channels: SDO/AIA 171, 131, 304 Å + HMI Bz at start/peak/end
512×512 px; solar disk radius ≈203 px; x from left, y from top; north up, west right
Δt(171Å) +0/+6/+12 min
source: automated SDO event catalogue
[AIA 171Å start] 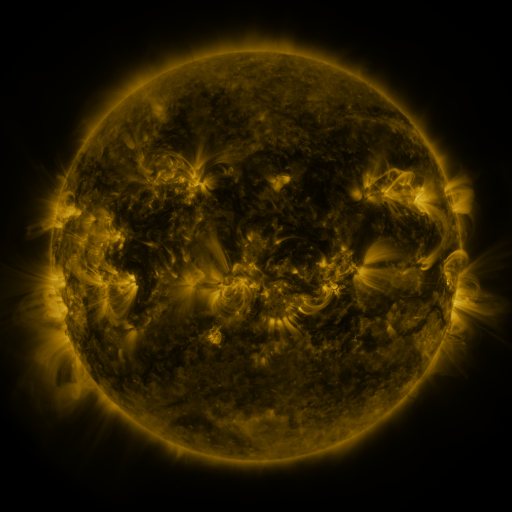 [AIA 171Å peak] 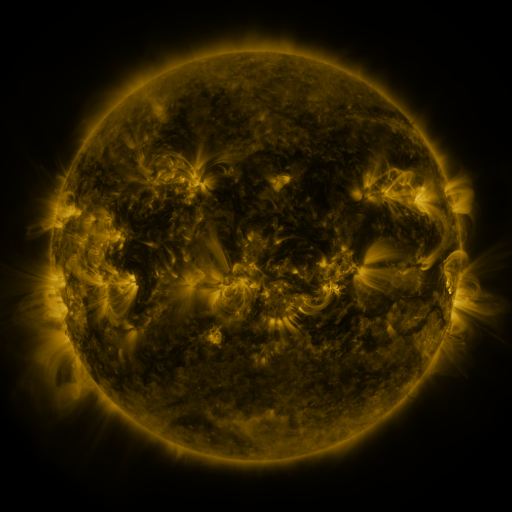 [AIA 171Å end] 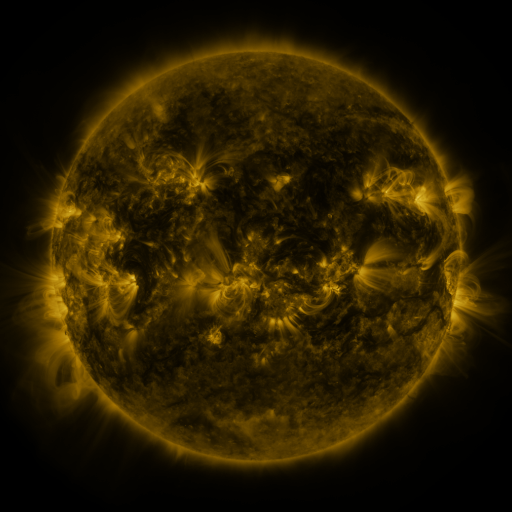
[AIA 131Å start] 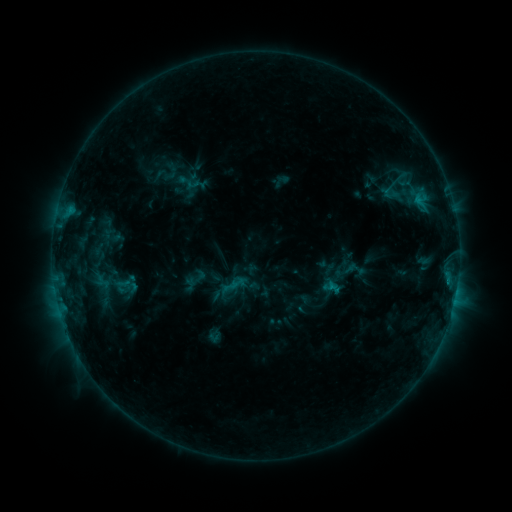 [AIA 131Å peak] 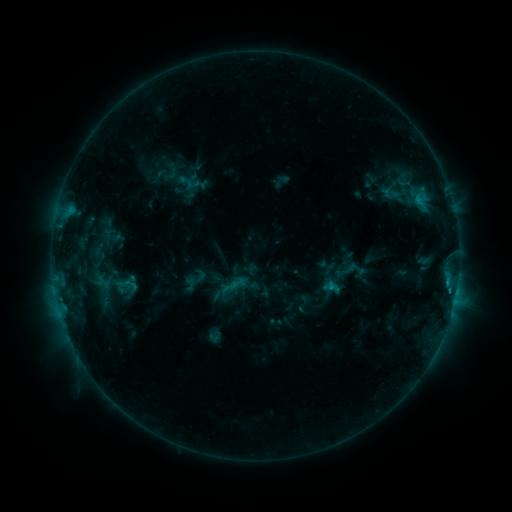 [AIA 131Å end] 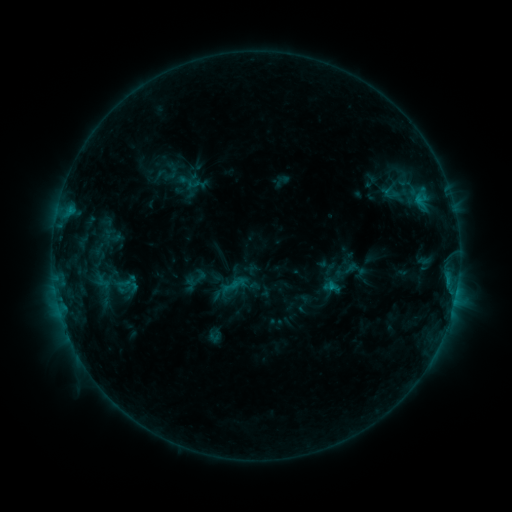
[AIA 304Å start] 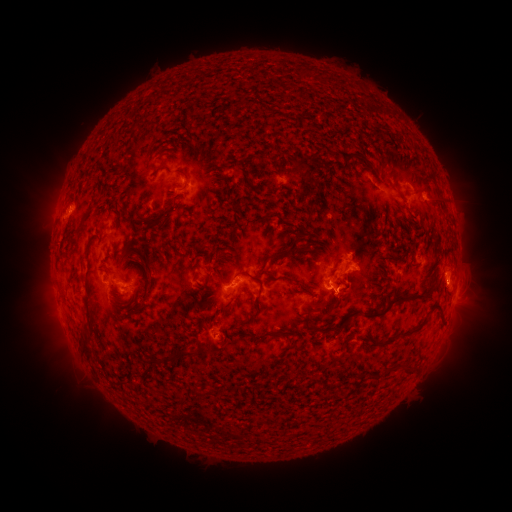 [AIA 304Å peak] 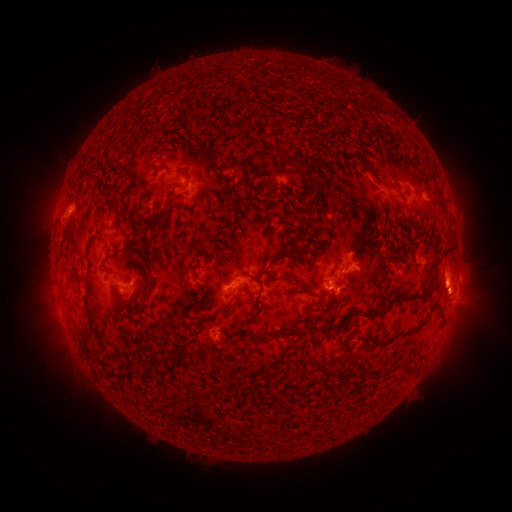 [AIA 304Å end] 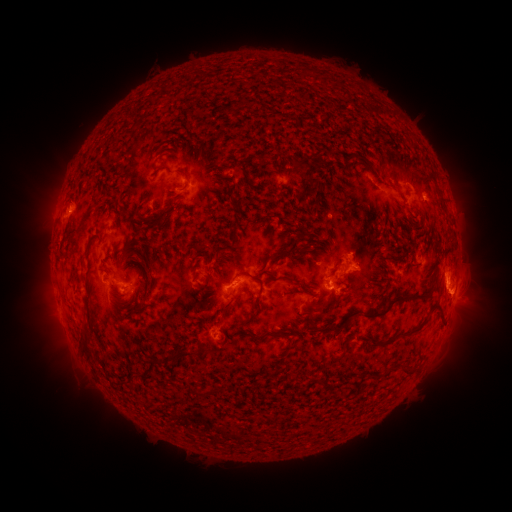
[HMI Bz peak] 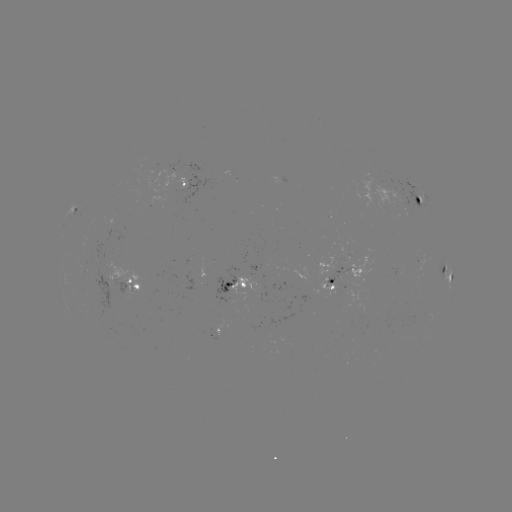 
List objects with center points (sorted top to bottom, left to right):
eruption: (455, 297)
